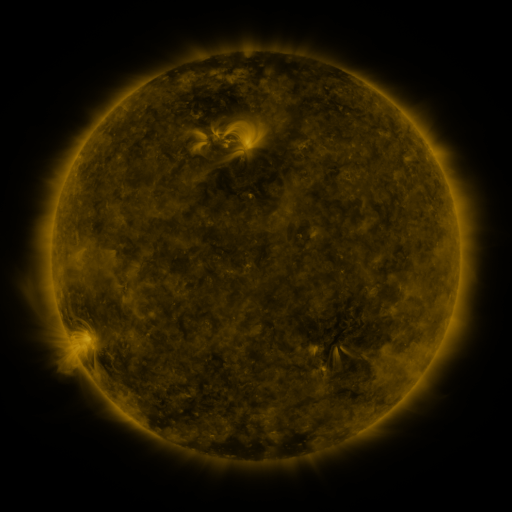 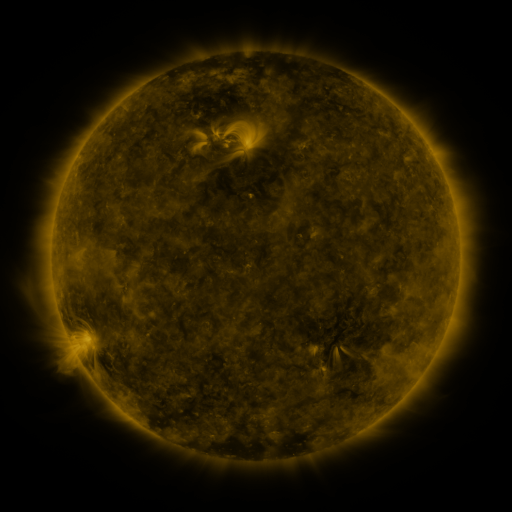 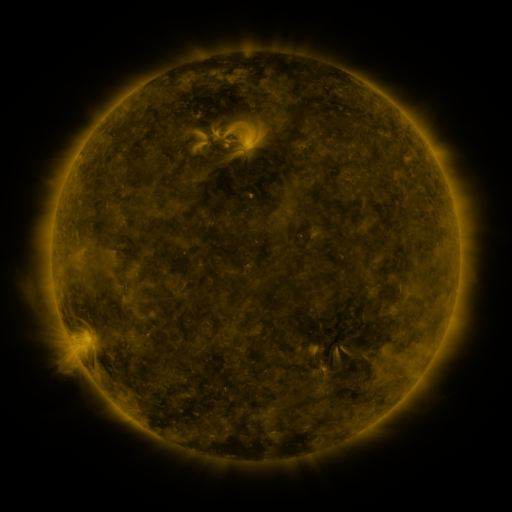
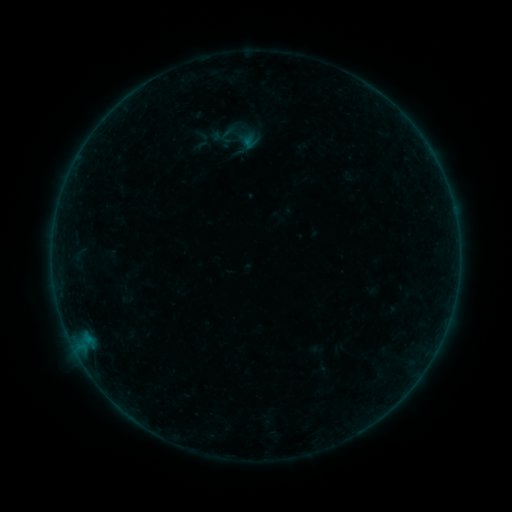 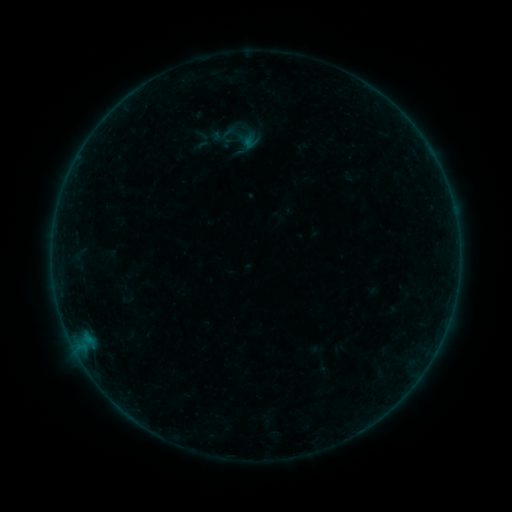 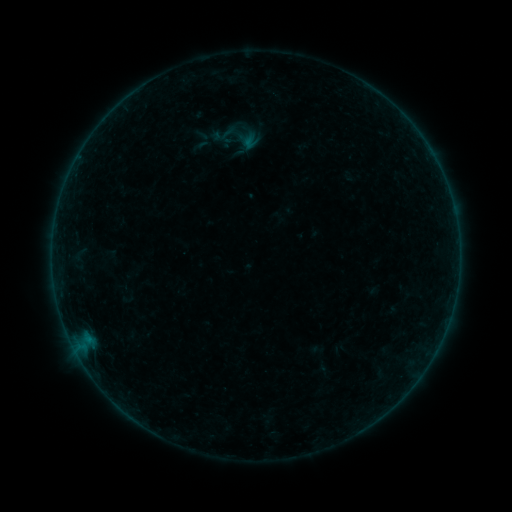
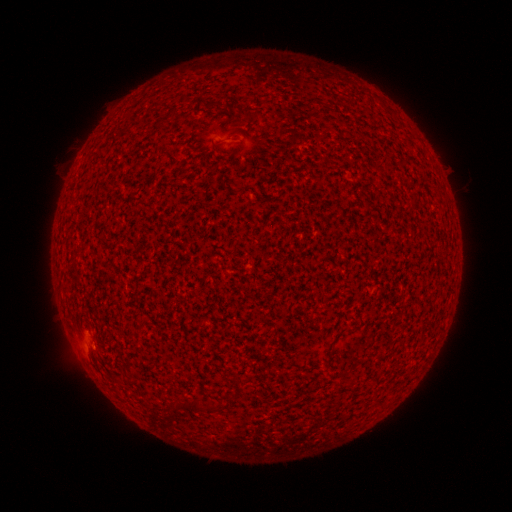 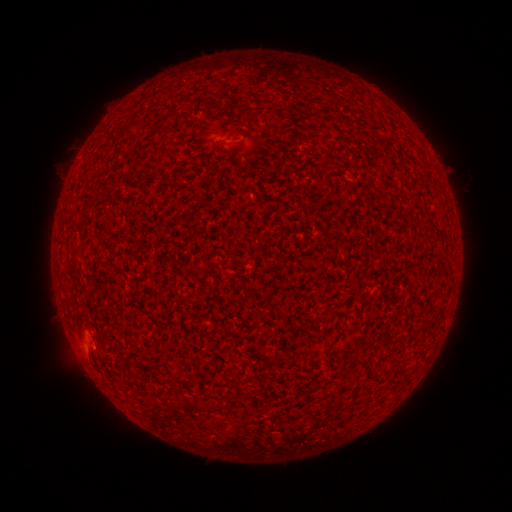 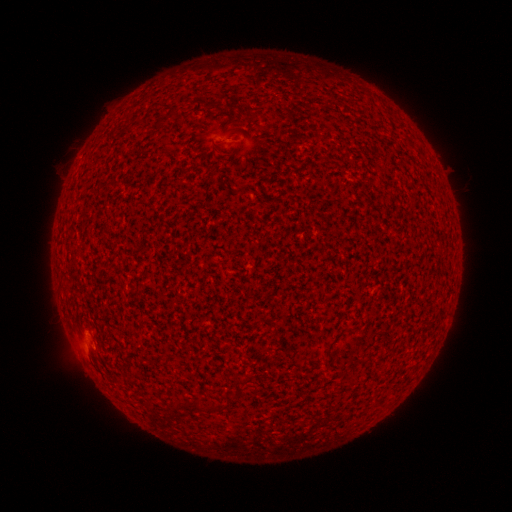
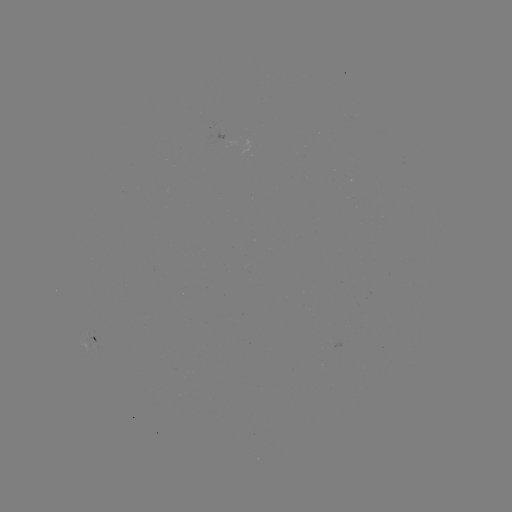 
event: flare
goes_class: A4.6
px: (92, 344)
